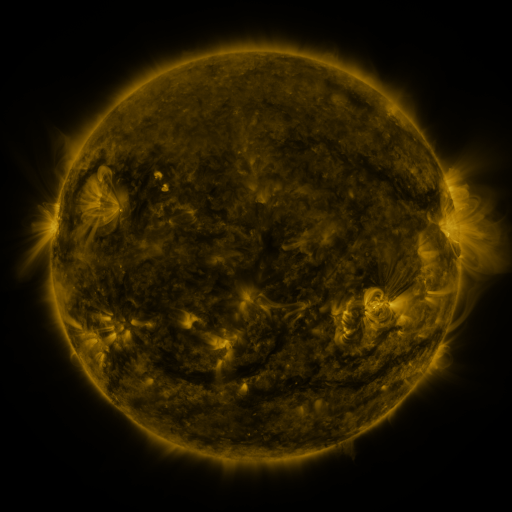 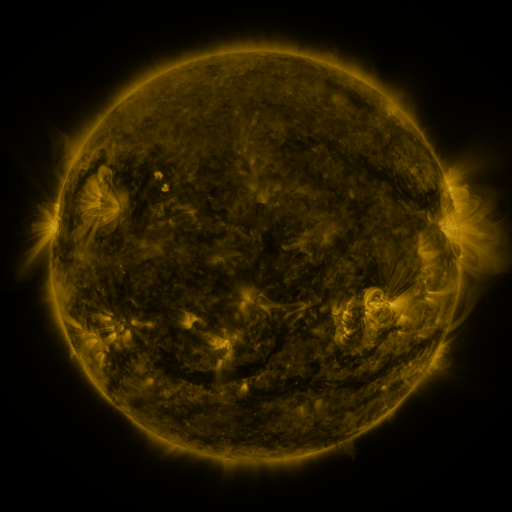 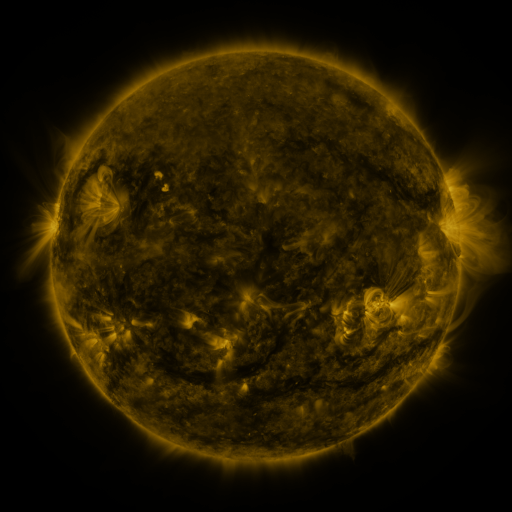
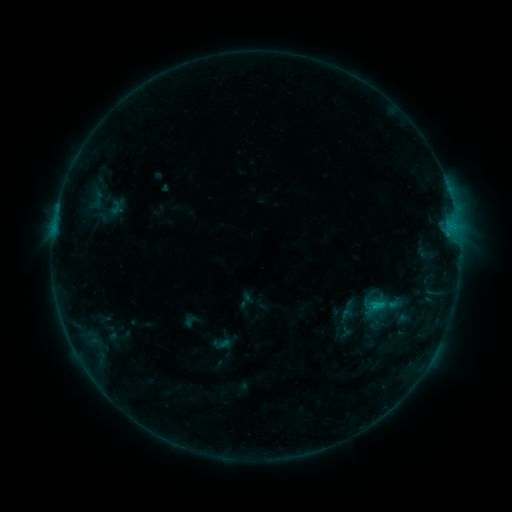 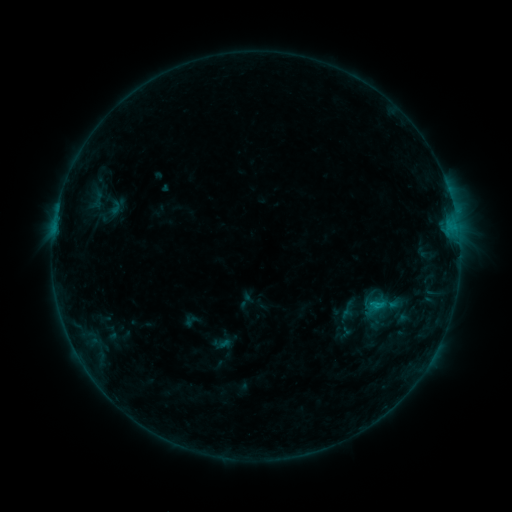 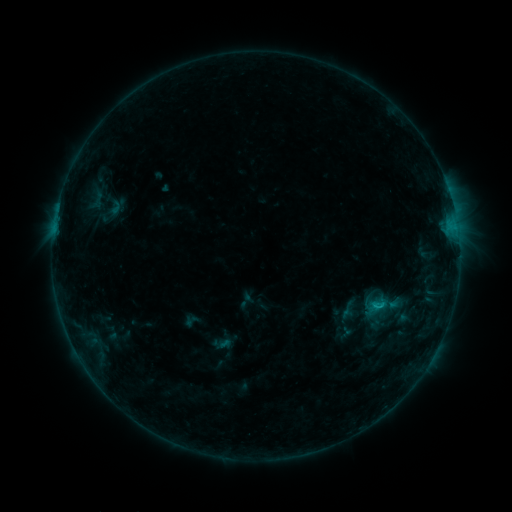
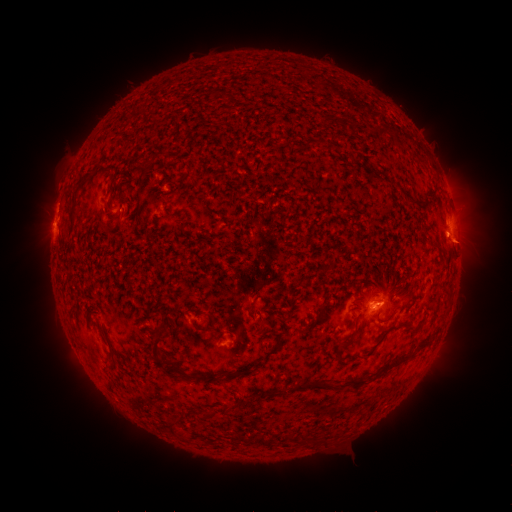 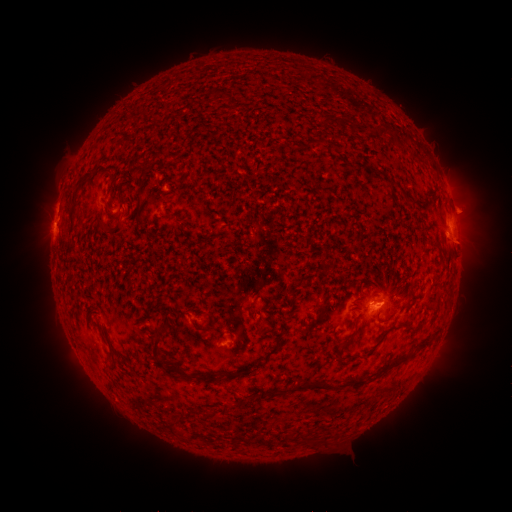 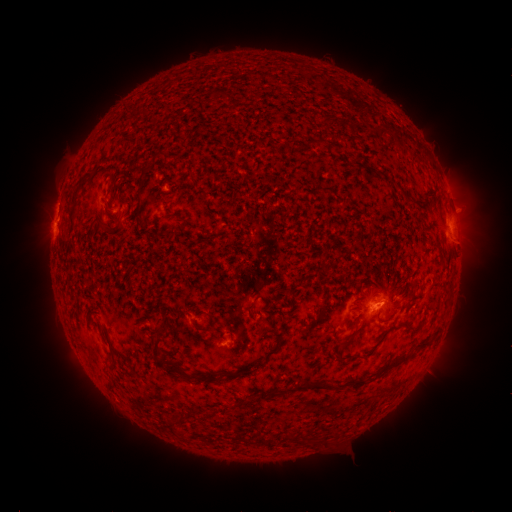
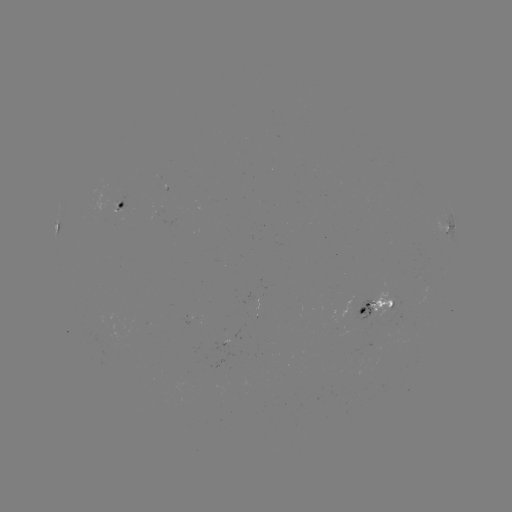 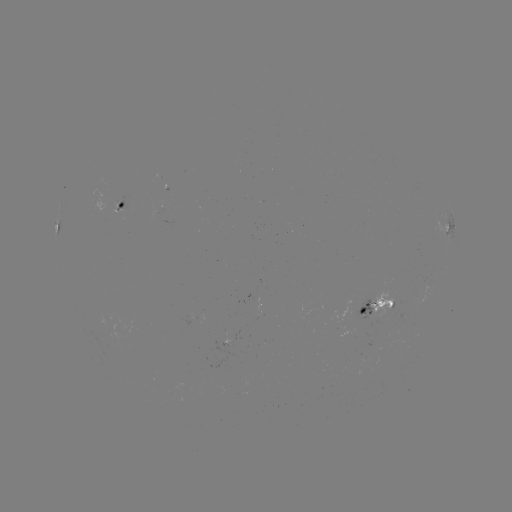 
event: eruption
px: (472, 211)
